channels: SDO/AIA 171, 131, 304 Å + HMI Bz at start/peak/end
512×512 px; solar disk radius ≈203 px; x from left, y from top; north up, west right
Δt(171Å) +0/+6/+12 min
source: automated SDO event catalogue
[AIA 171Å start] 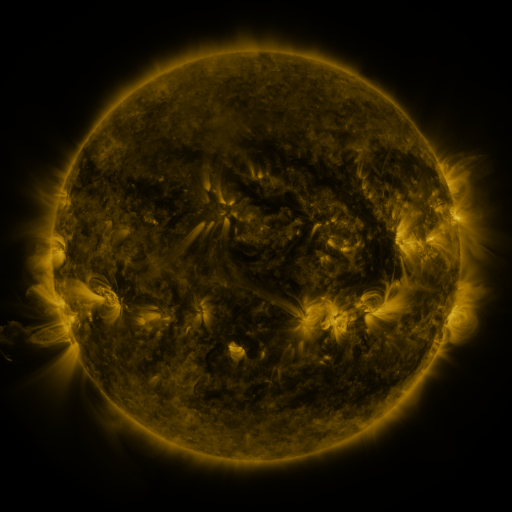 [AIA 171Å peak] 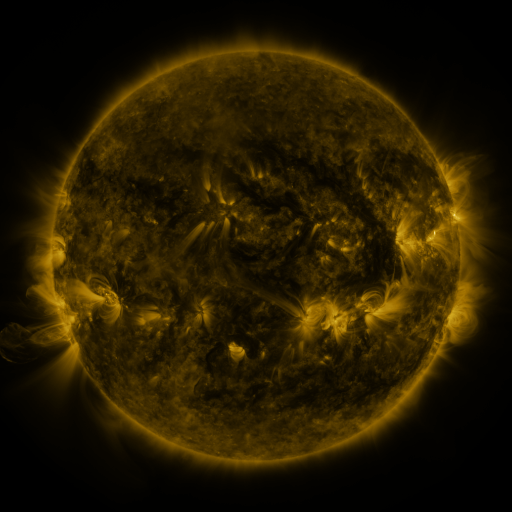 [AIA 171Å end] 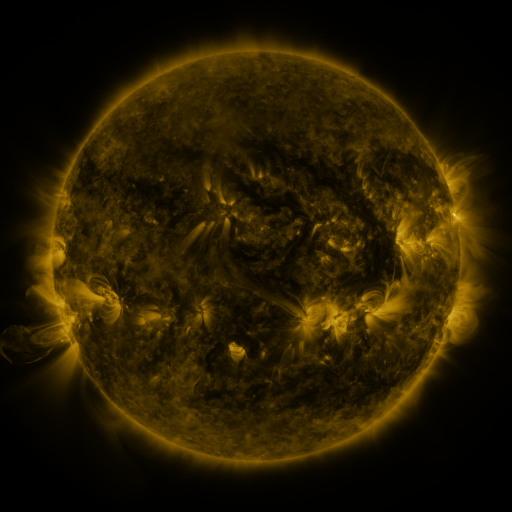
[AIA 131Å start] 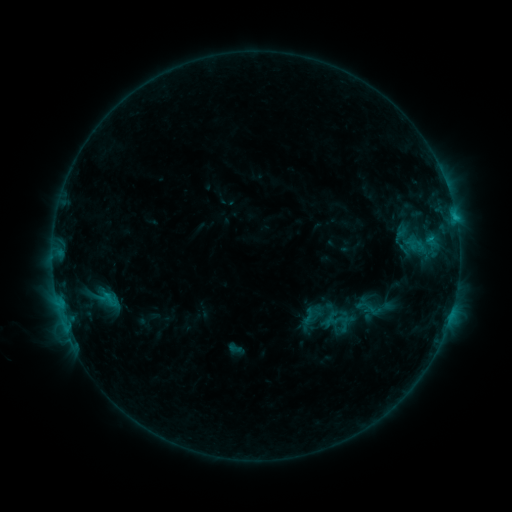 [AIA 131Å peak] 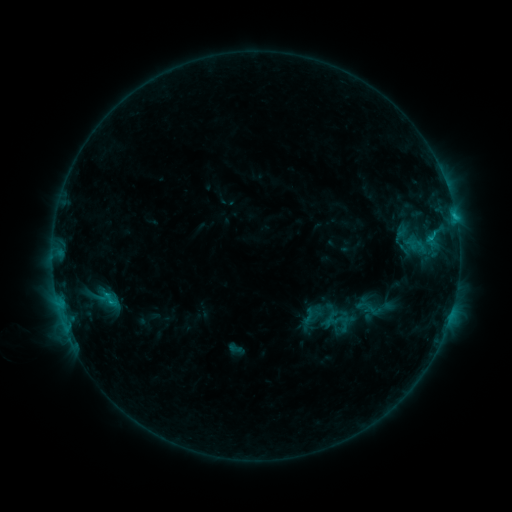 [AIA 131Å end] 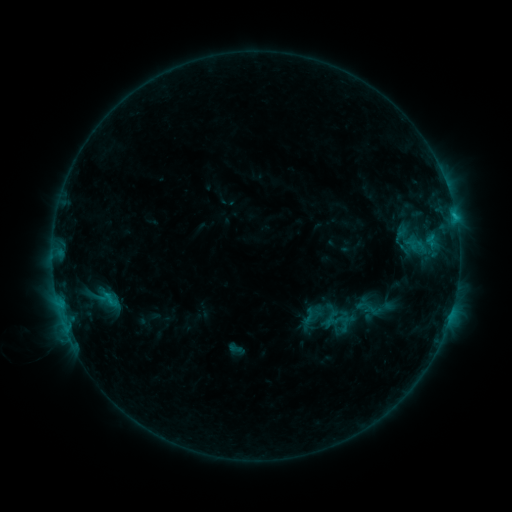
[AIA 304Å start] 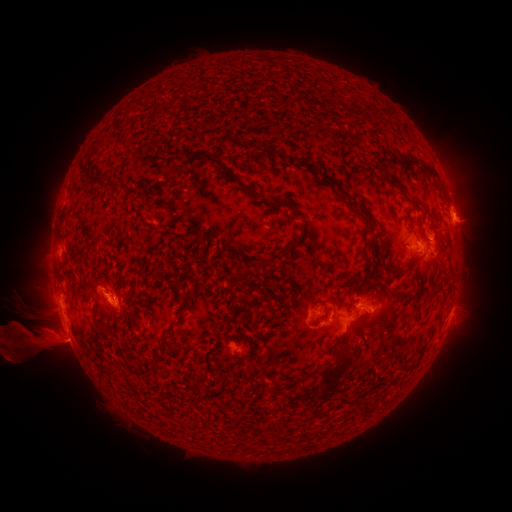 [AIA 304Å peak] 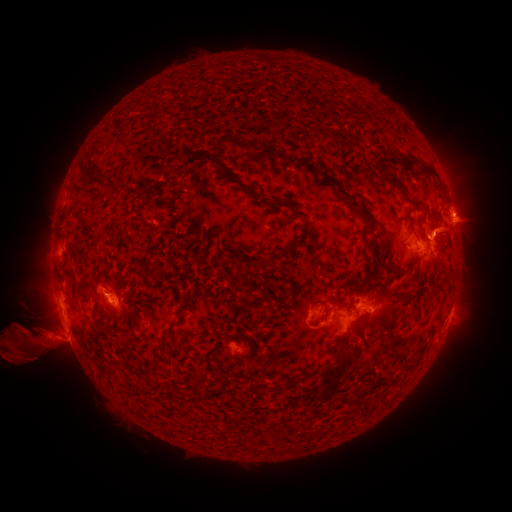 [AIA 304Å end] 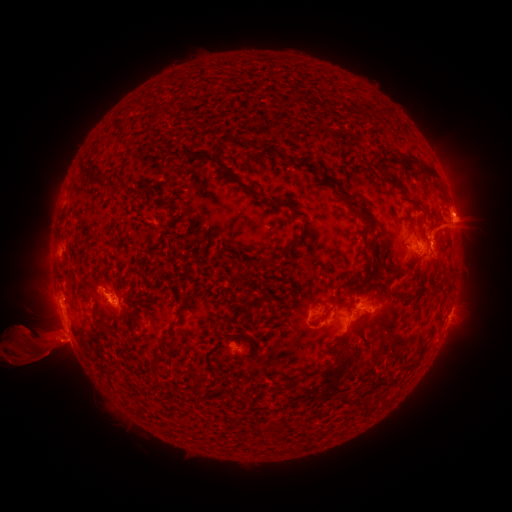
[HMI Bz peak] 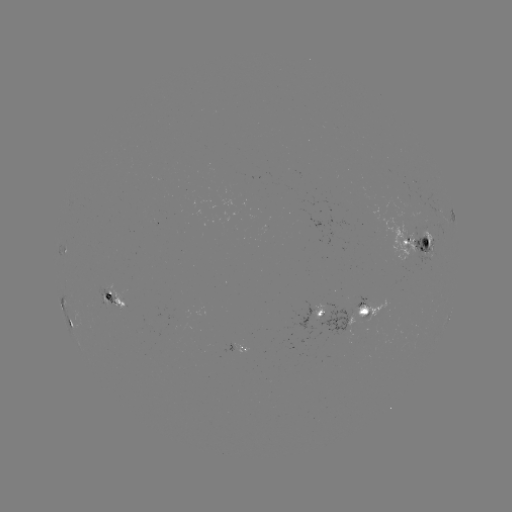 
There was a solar eruption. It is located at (474, 208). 